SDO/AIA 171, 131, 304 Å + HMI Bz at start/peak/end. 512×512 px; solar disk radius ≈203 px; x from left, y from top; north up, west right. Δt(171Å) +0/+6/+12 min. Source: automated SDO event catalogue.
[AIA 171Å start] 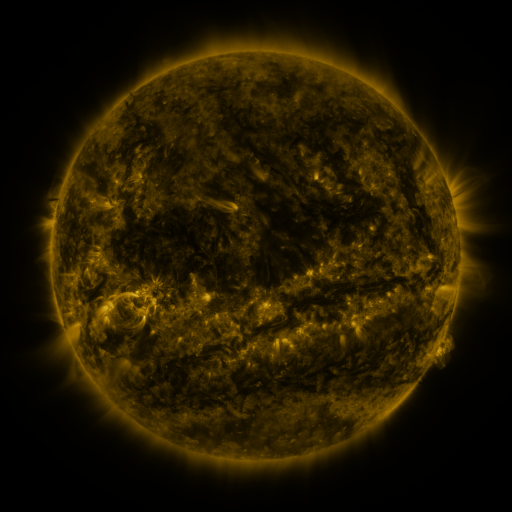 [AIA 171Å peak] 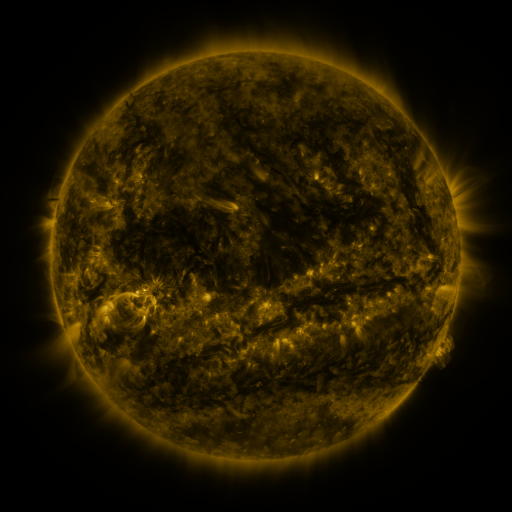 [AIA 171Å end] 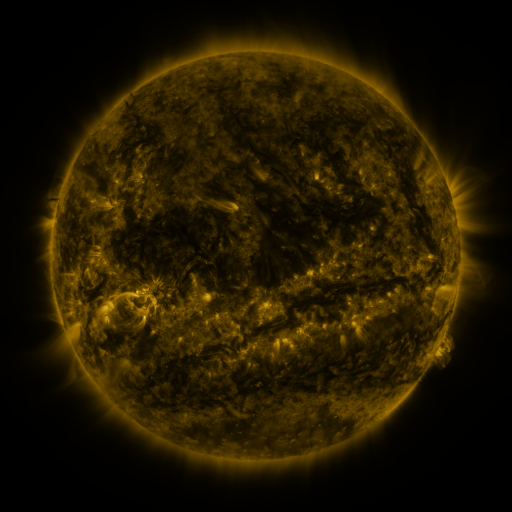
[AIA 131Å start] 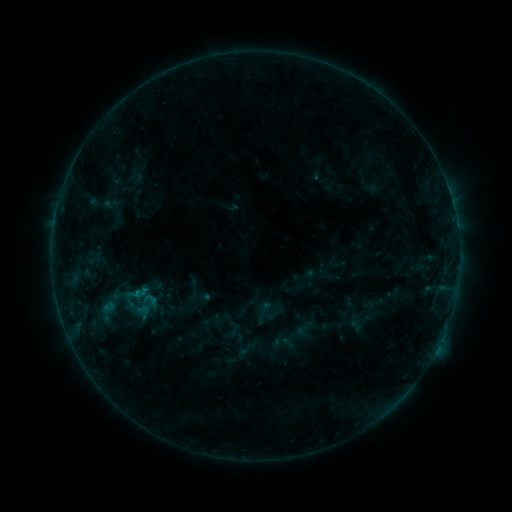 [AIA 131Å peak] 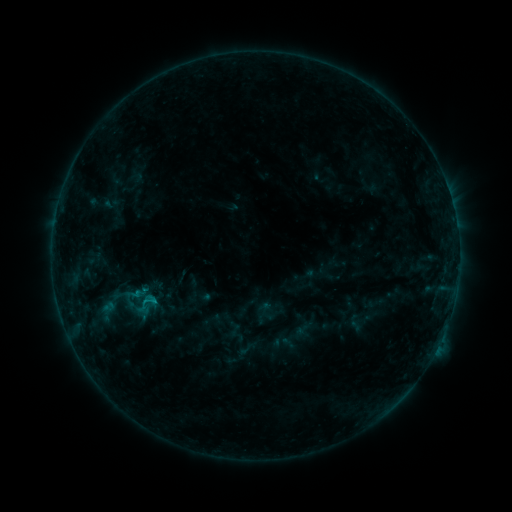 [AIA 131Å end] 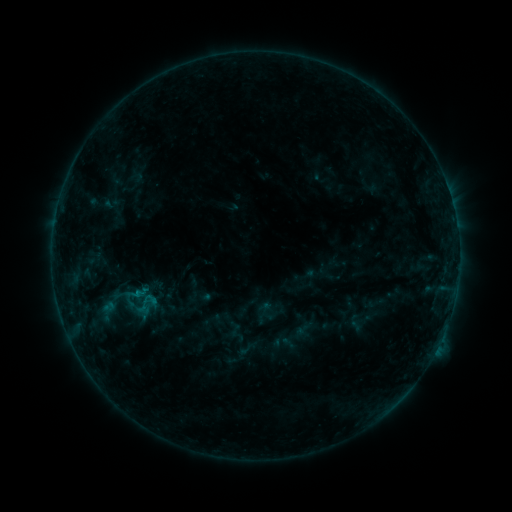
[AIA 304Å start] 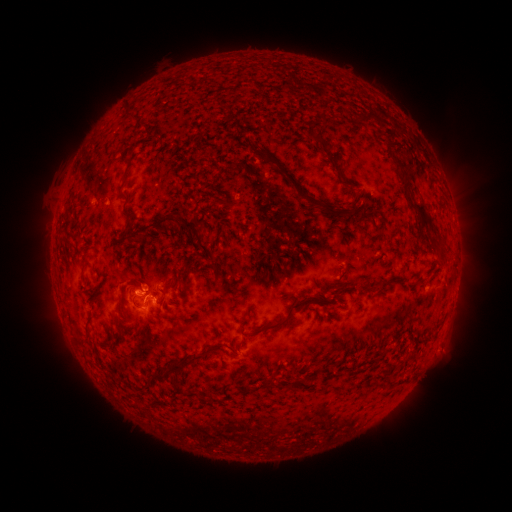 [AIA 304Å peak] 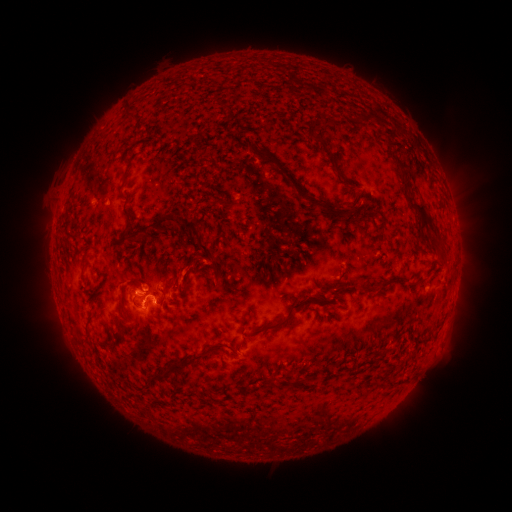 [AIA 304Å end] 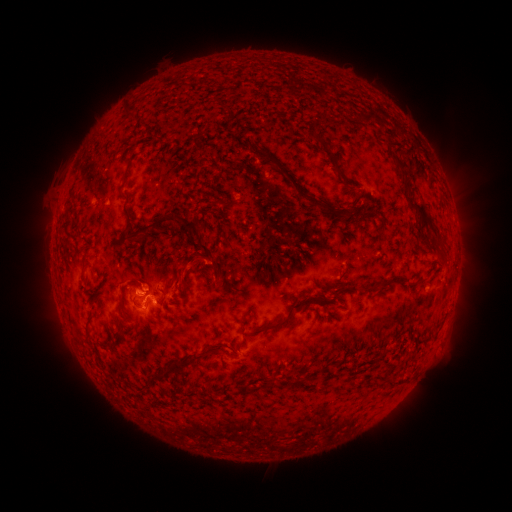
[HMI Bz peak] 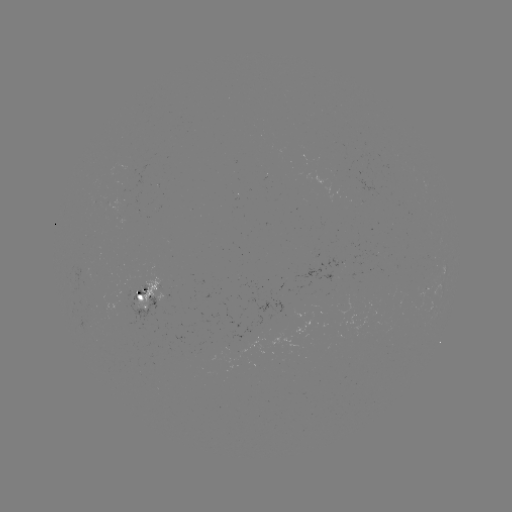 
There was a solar eruption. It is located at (184, 274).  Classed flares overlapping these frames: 1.